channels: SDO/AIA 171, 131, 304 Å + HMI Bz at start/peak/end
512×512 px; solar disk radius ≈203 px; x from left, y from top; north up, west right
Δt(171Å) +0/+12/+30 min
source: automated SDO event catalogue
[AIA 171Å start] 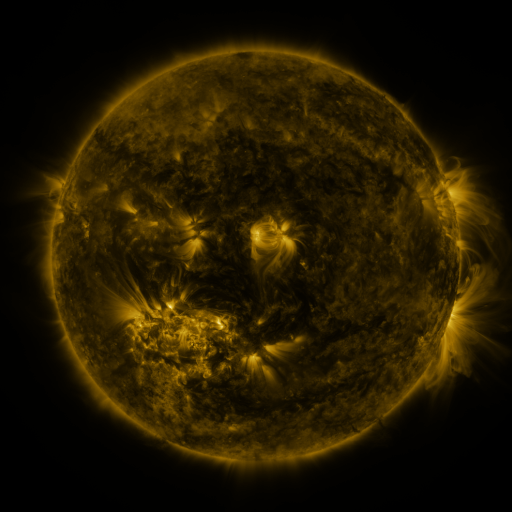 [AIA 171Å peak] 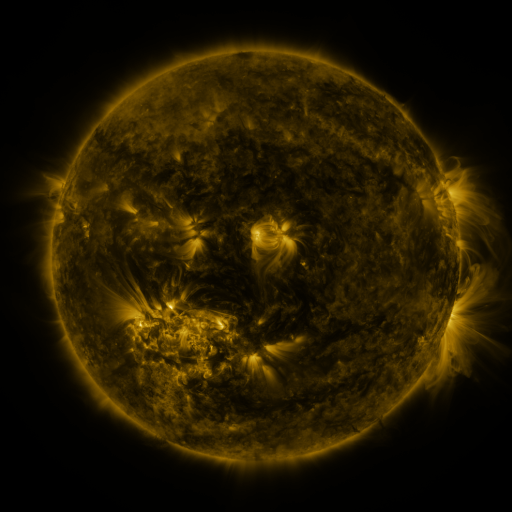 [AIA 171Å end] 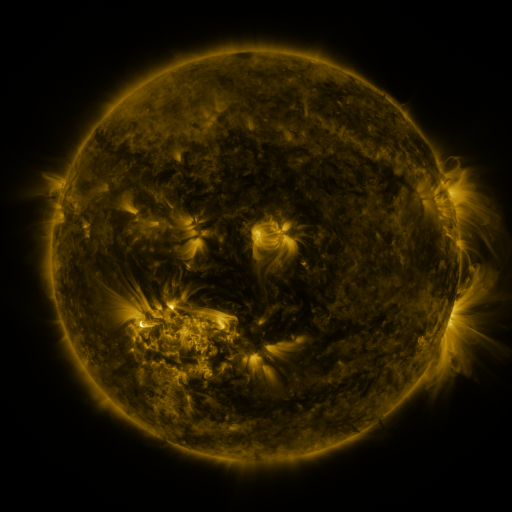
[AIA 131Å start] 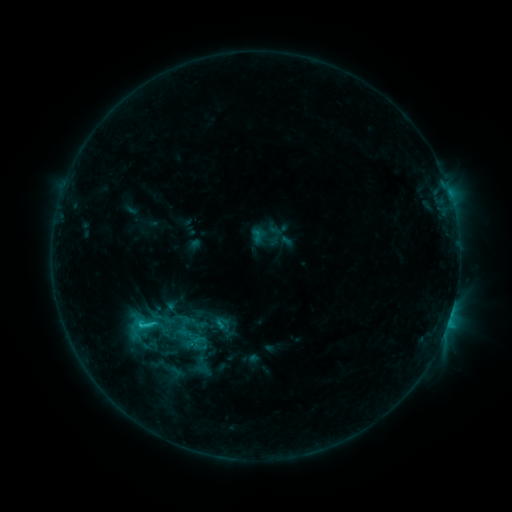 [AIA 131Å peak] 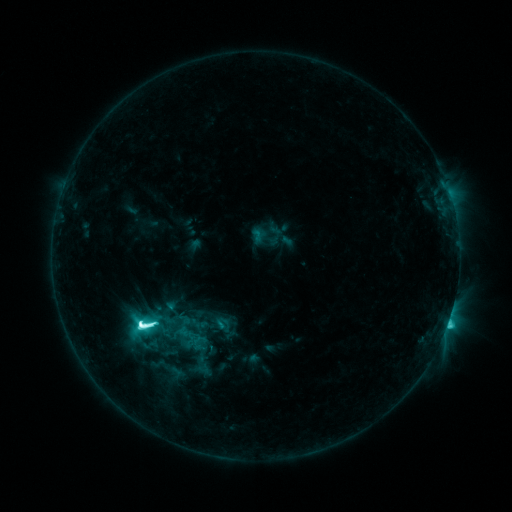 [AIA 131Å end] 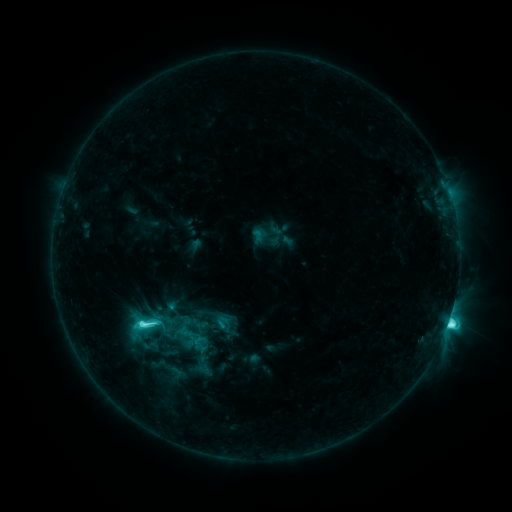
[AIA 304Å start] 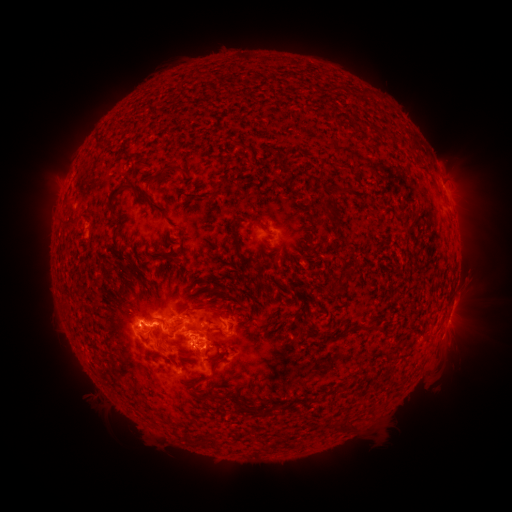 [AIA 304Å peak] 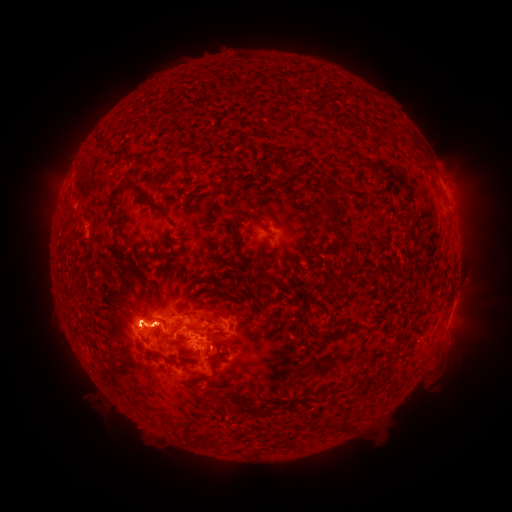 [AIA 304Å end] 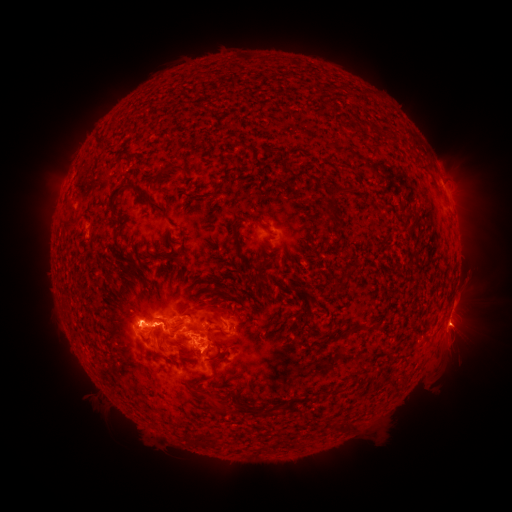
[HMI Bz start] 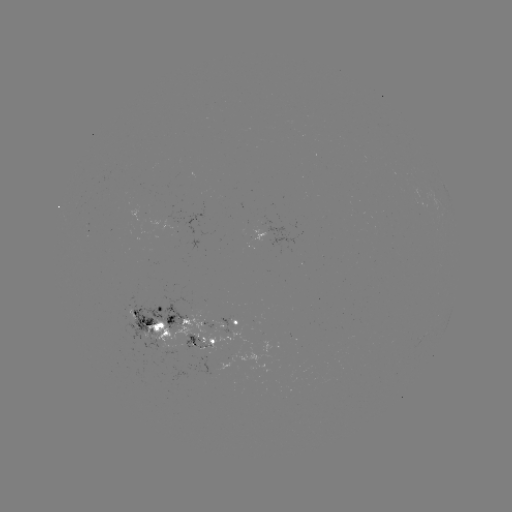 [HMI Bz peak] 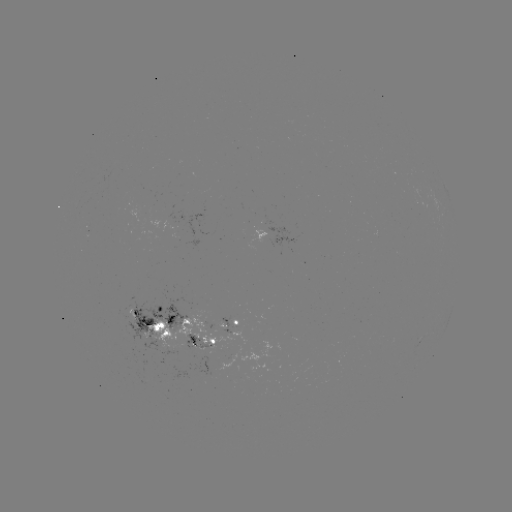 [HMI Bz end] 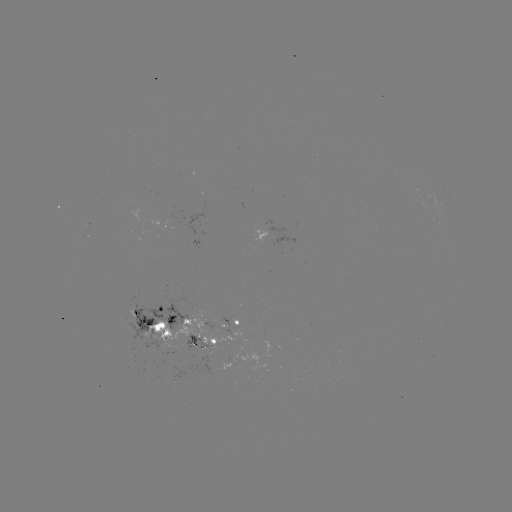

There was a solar flare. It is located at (143, 322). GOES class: M1.7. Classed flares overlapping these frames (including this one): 1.